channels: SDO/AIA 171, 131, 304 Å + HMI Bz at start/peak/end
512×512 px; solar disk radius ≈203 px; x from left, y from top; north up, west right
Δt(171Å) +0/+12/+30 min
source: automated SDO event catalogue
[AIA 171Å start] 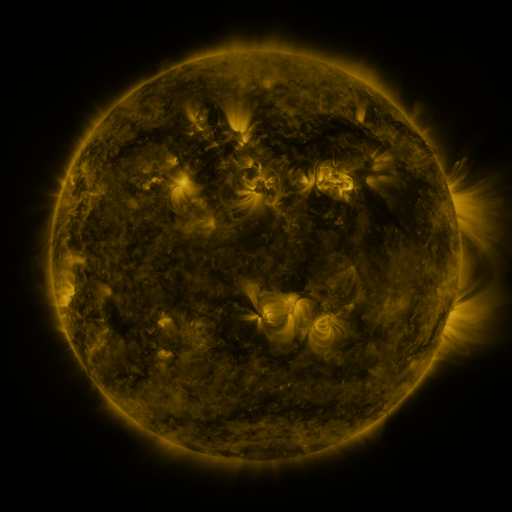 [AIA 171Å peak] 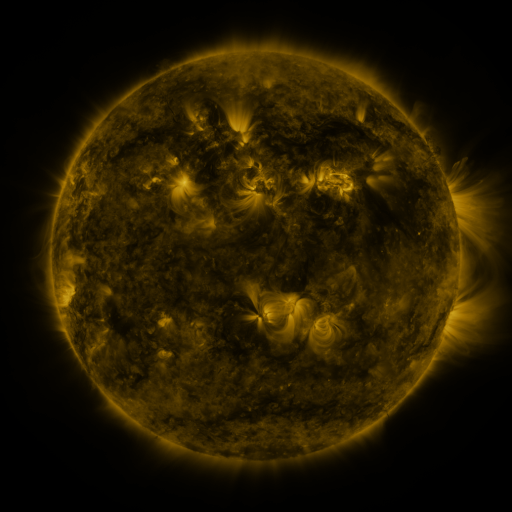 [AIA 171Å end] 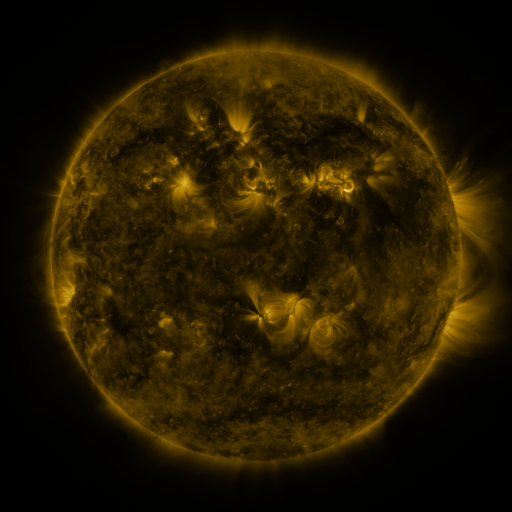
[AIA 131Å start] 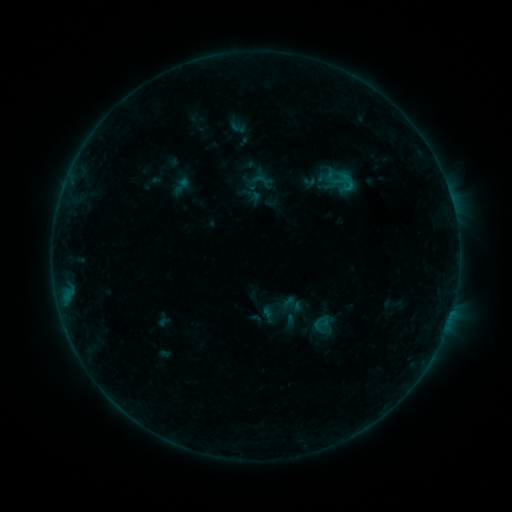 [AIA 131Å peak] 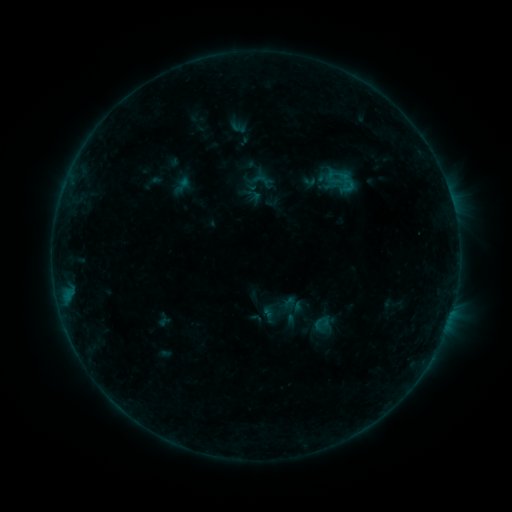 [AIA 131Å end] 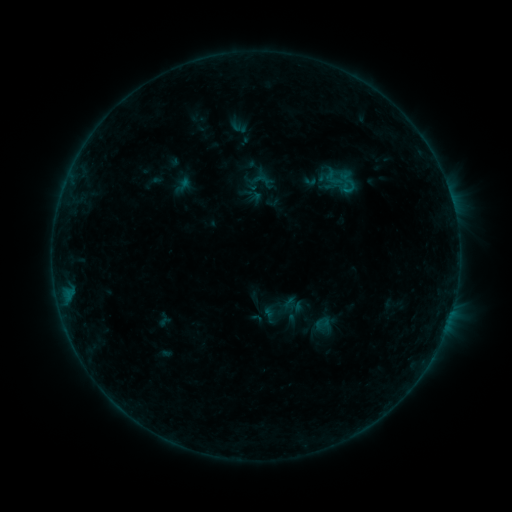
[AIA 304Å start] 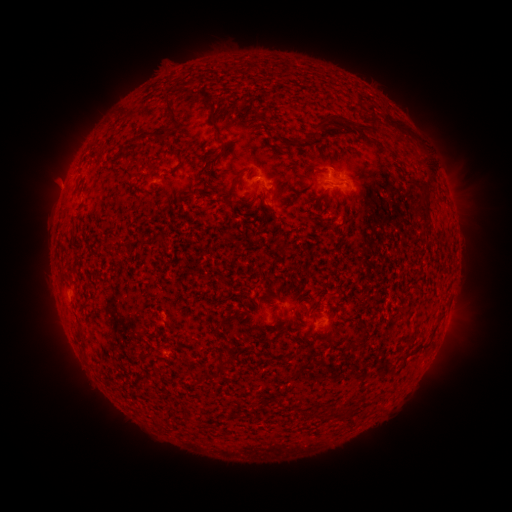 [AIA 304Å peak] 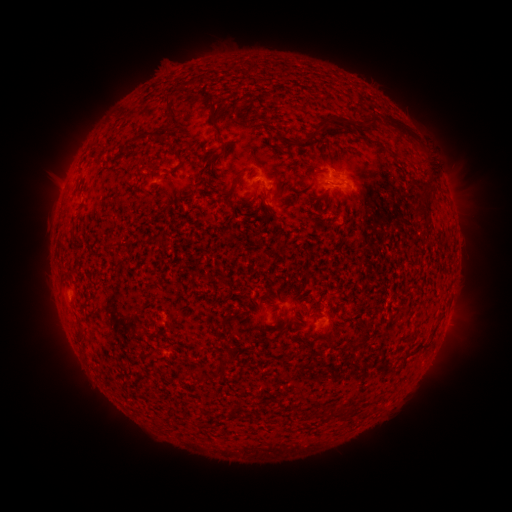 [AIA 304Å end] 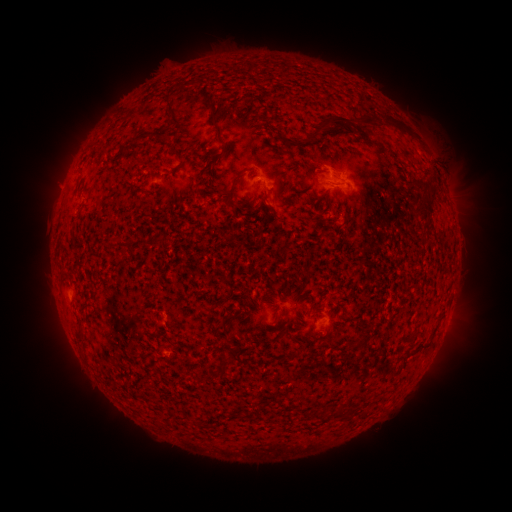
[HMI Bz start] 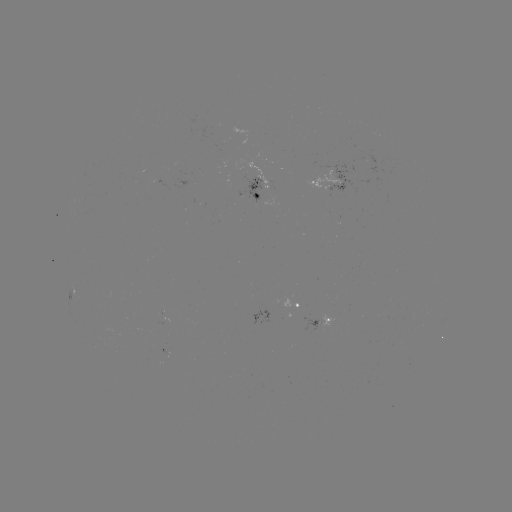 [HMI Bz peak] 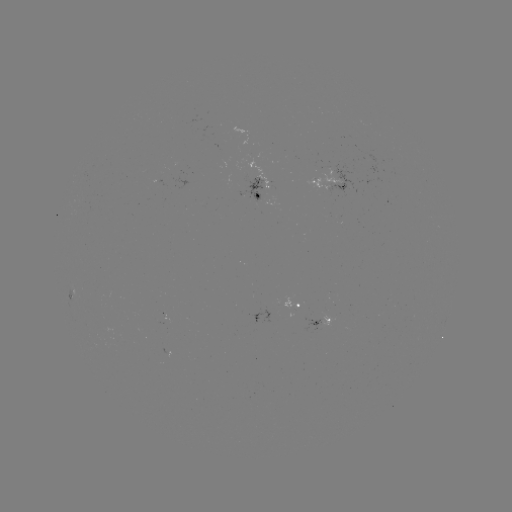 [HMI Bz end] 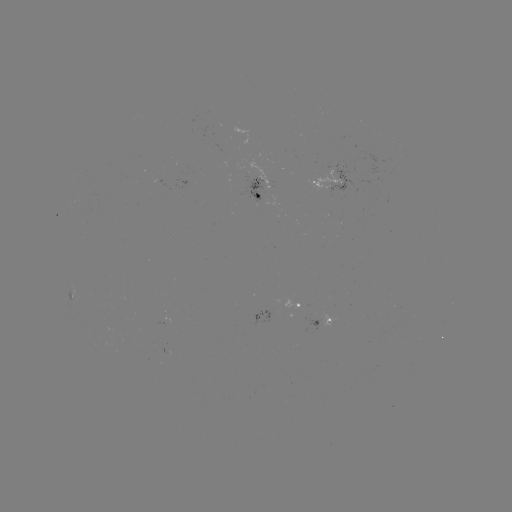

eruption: (403, 119, 467, 185)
